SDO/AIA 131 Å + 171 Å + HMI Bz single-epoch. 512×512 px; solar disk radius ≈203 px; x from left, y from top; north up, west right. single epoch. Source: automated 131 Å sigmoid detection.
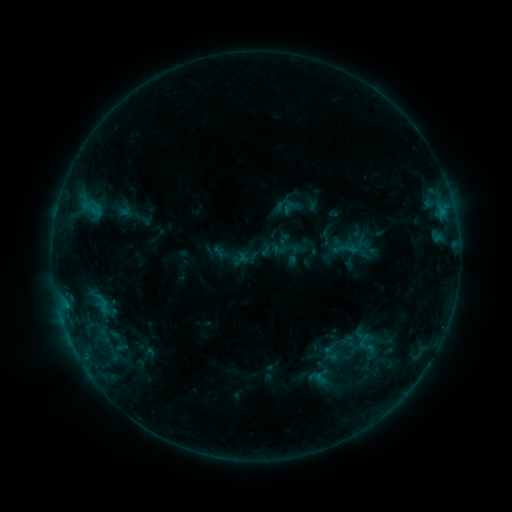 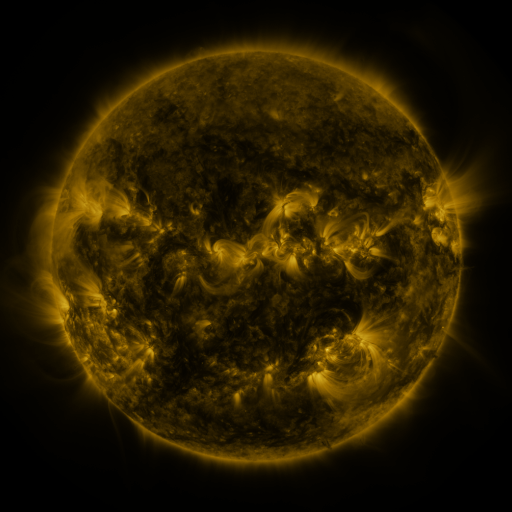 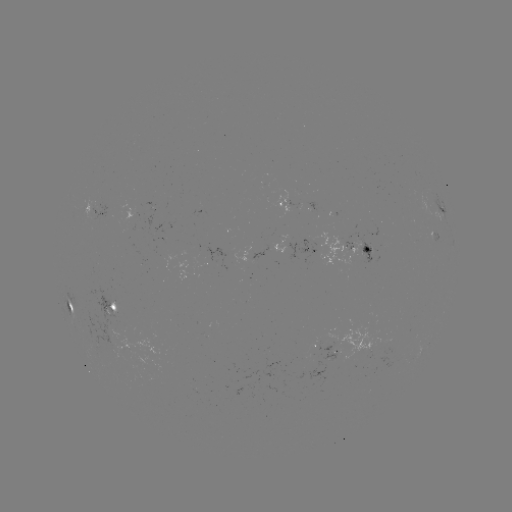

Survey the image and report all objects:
sigmoid: [341, 234, 382, 271]
sigmoid: [283, 243, 305, 264]
sigmoid: [237, 248, 253, 264]
sigmoid: [92, 294, 116, 319]
